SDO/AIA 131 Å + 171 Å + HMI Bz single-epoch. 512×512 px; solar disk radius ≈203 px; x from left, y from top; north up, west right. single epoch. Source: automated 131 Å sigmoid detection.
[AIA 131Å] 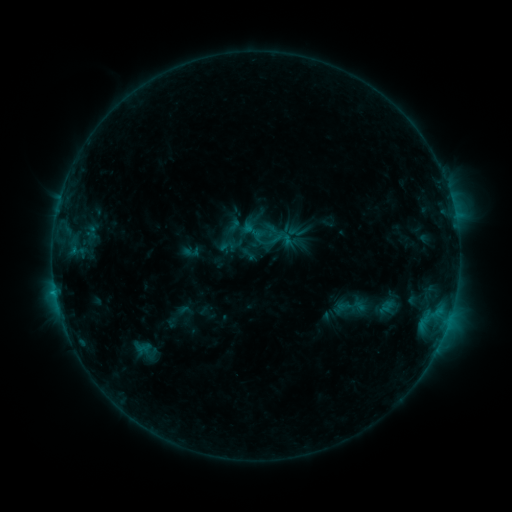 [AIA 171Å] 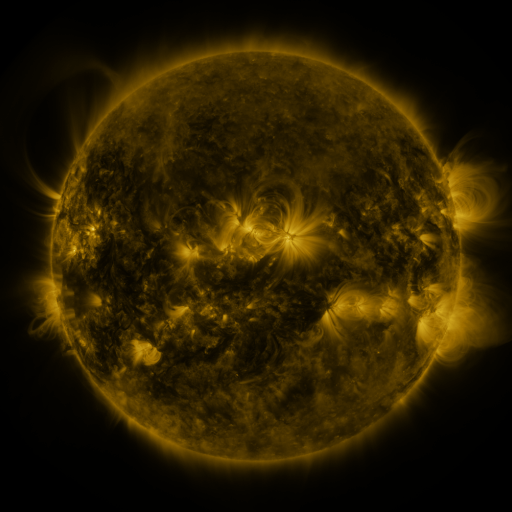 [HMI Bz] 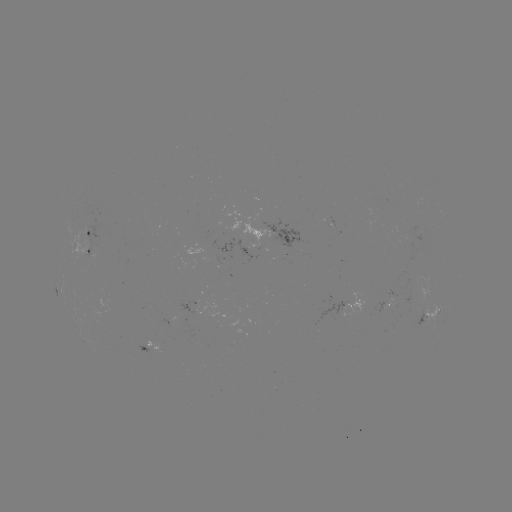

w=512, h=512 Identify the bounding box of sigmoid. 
[239, 217, 267, 245].